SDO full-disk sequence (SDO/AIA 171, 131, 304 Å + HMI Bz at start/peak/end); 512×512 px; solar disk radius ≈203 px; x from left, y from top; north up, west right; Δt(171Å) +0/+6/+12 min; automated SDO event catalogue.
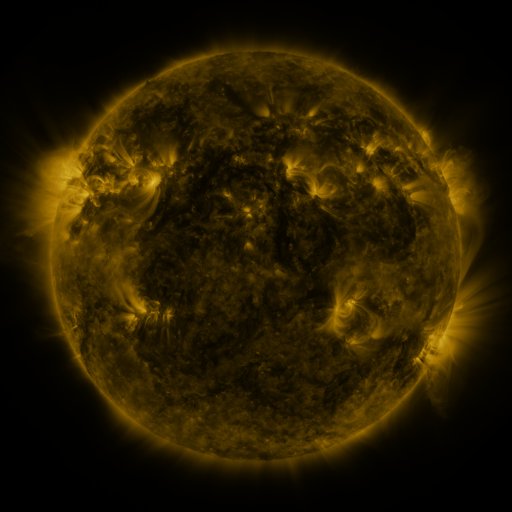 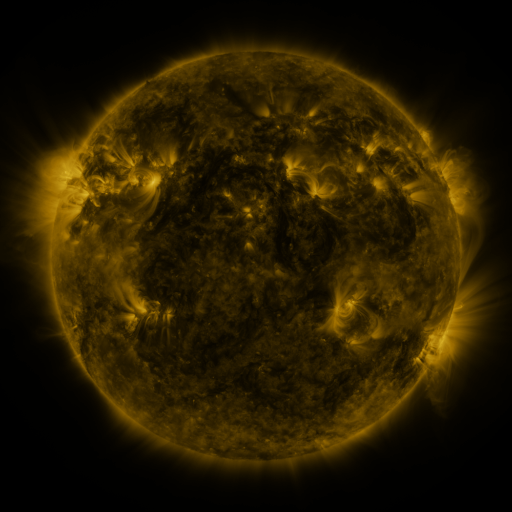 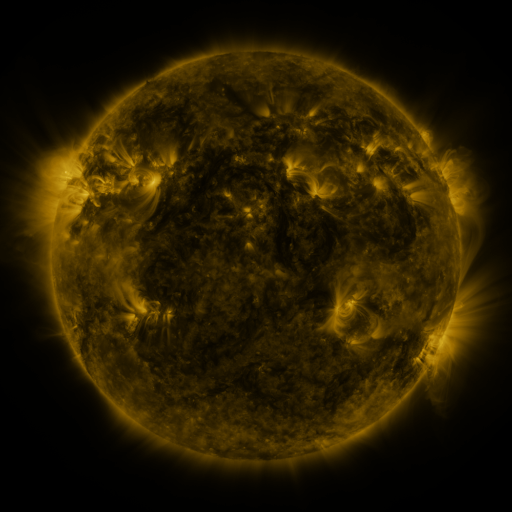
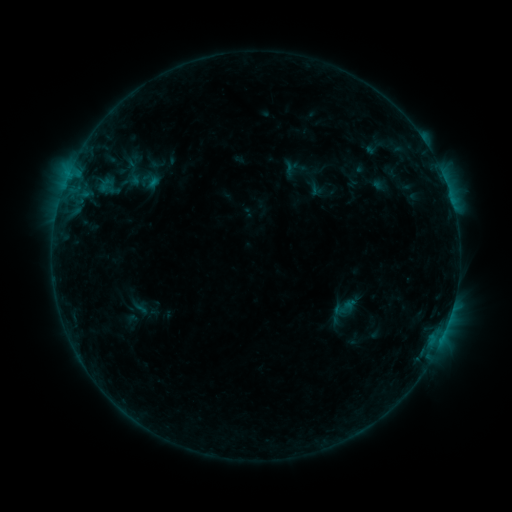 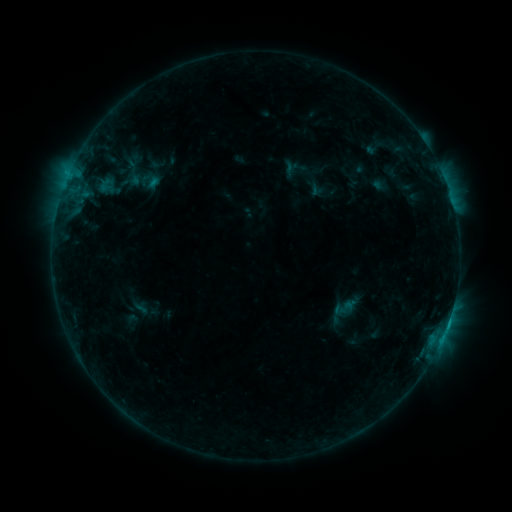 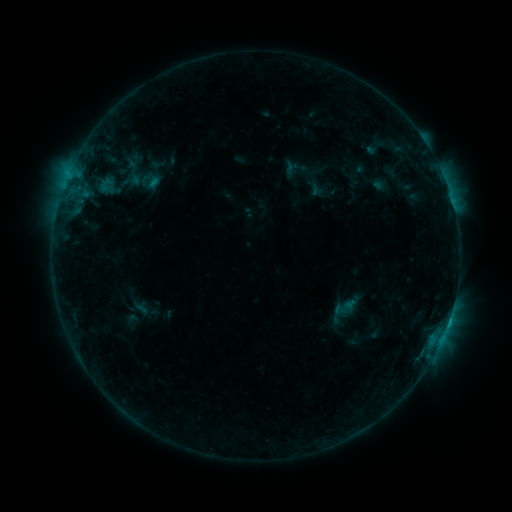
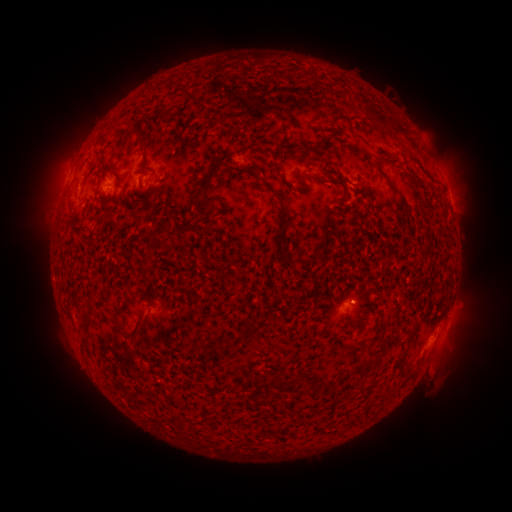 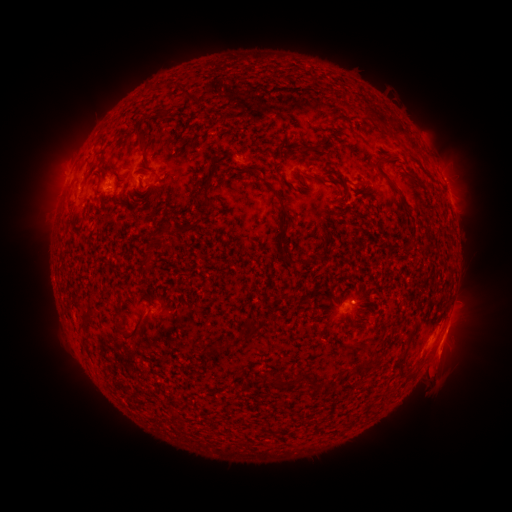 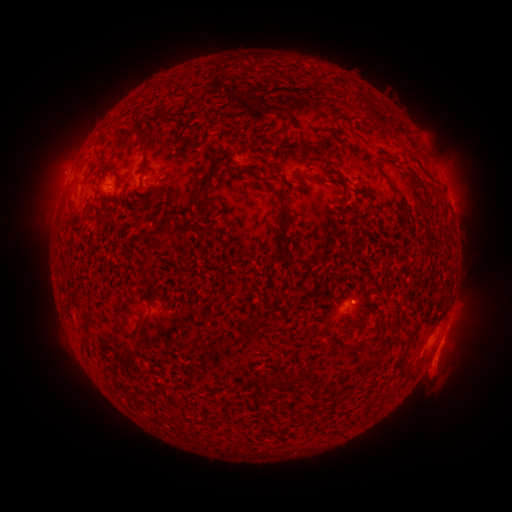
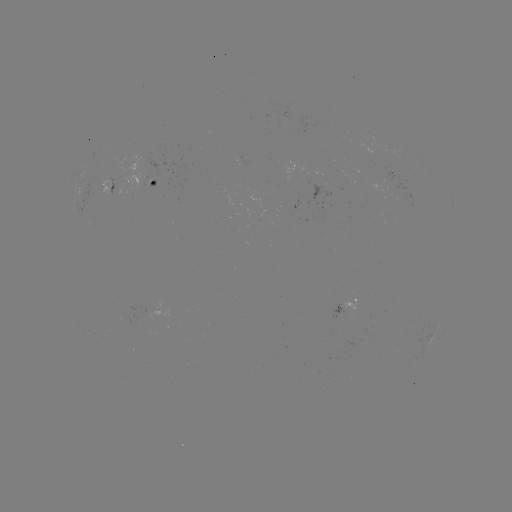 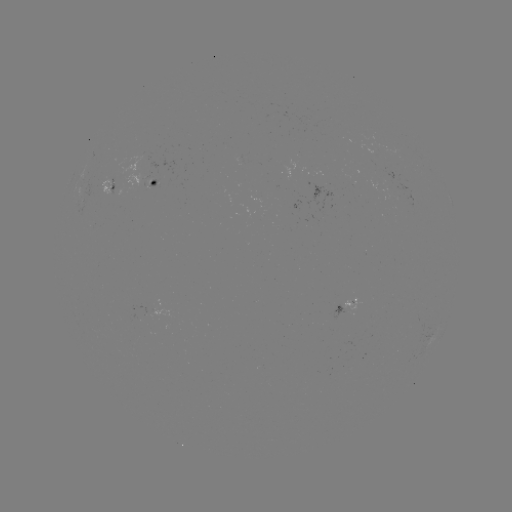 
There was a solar flare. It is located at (448, 321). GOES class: B5.8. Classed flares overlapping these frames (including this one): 1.